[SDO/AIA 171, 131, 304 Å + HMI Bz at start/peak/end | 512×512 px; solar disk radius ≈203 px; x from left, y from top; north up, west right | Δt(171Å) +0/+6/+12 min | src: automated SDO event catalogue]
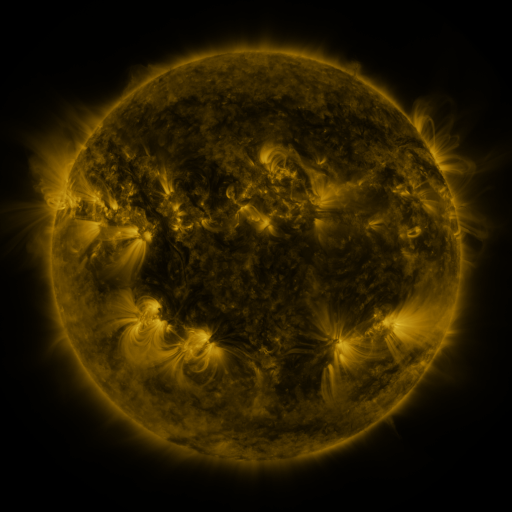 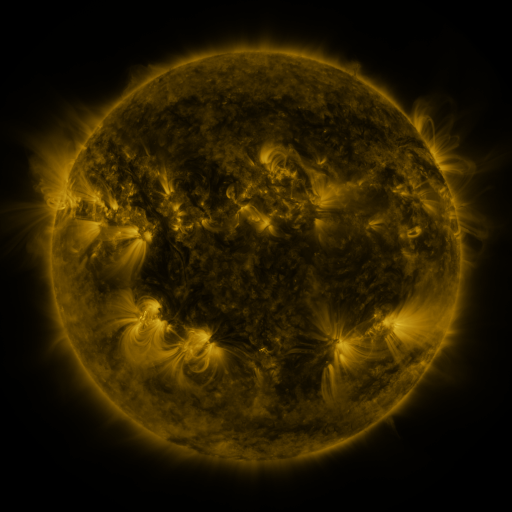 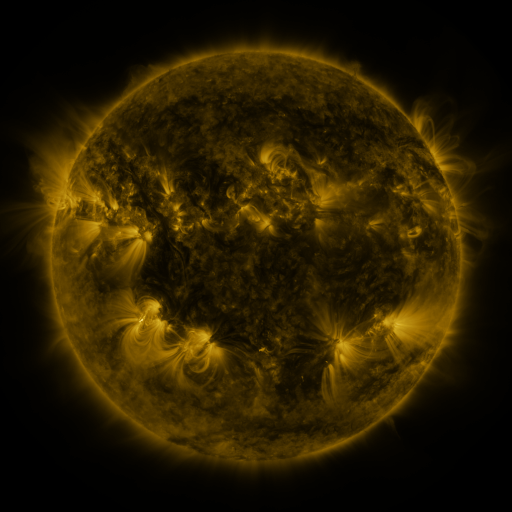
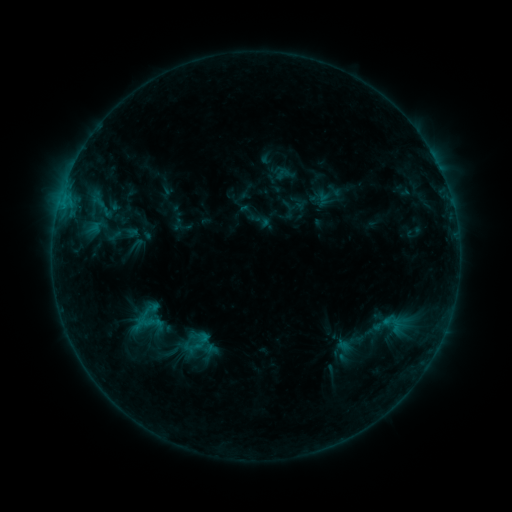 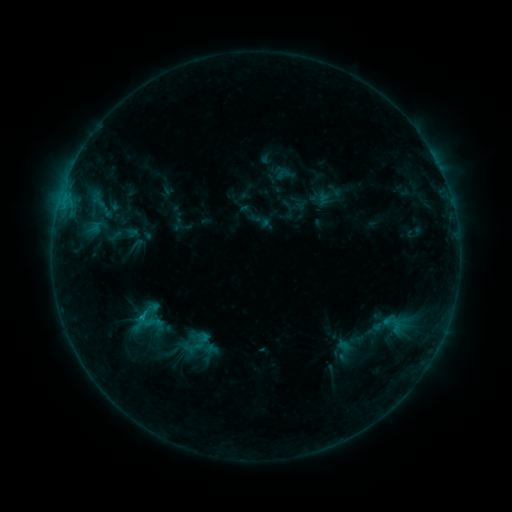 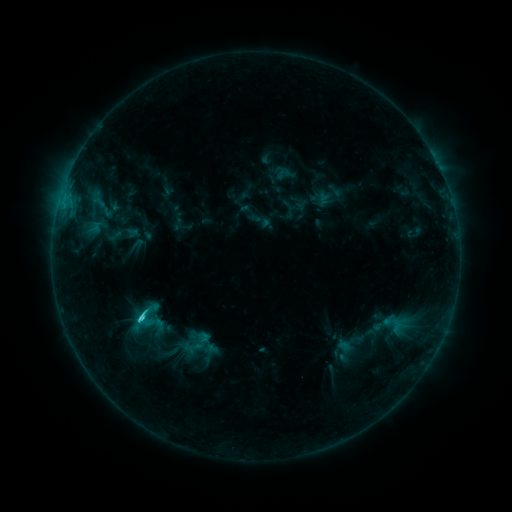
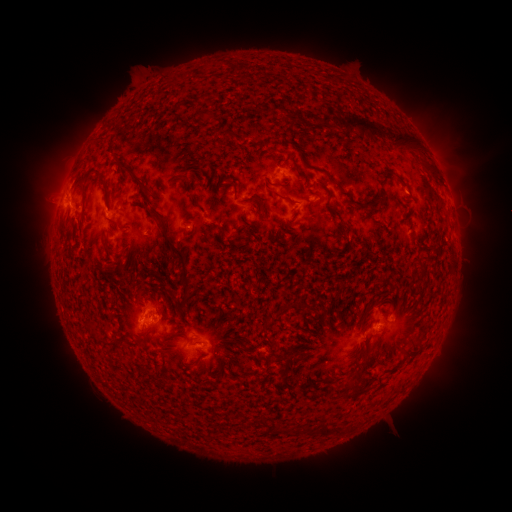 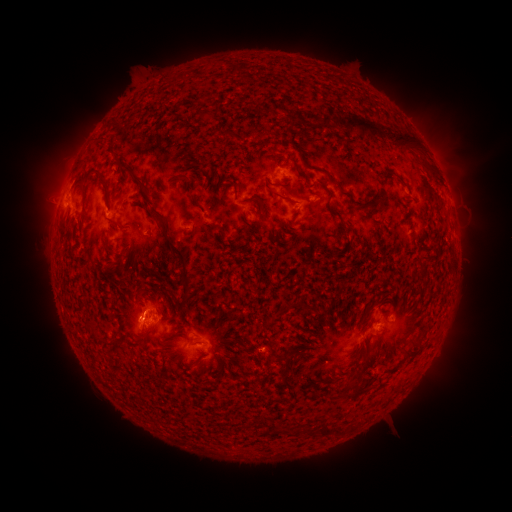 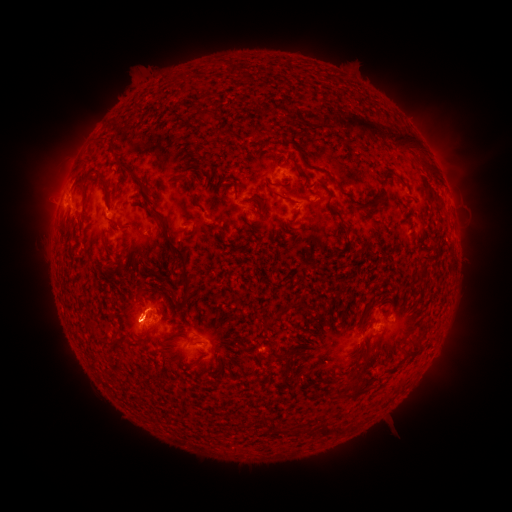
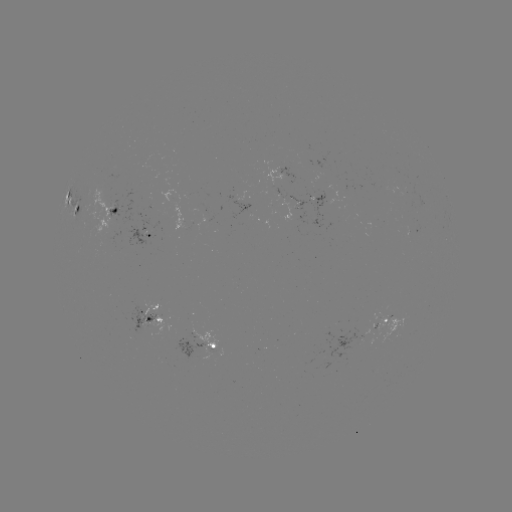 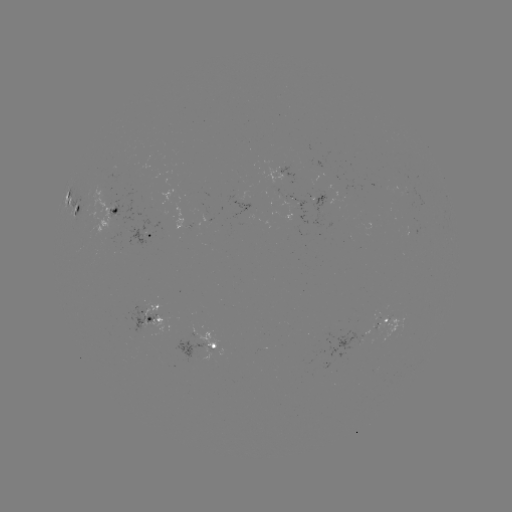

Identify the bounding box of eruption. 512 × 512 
[108, 302, 160, 353].